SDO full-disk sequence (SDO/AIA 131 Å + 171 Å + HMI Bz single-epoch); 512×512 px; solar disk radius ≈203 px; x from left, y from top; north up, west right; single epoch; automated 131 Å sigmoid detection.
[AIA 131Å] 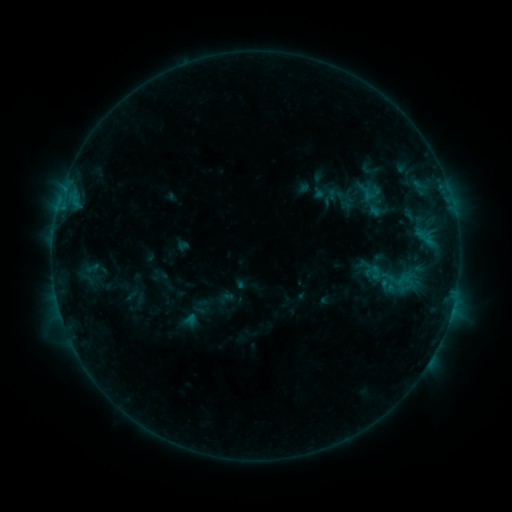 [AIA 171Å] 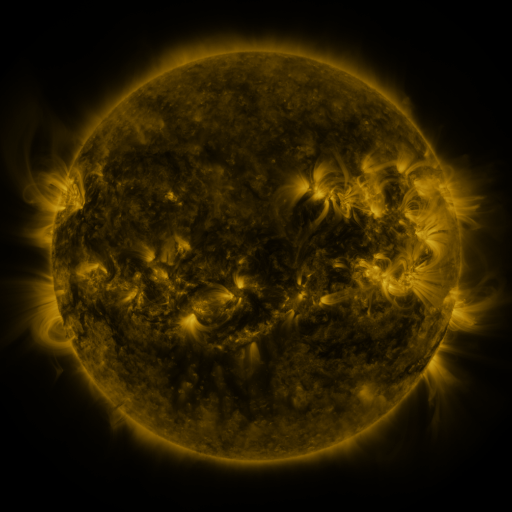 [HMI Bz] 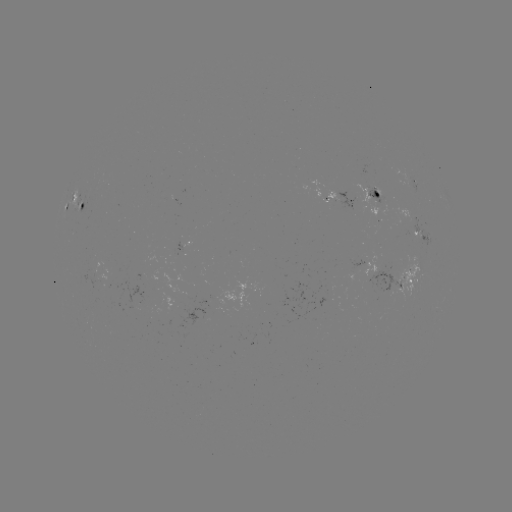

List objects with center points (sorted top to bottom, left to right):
sigmoid: (393, 278)
